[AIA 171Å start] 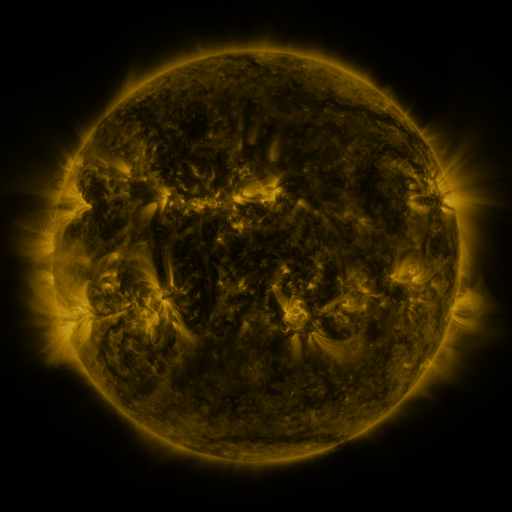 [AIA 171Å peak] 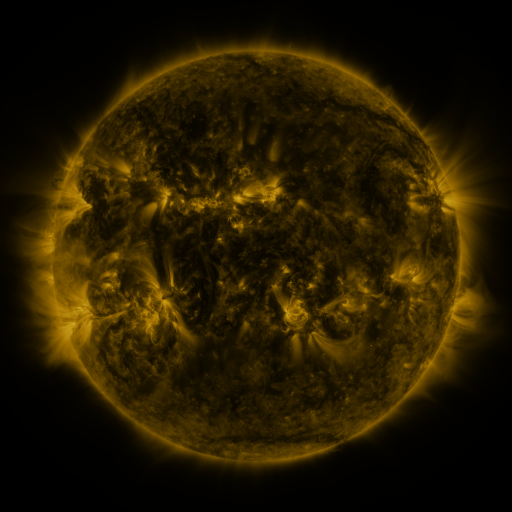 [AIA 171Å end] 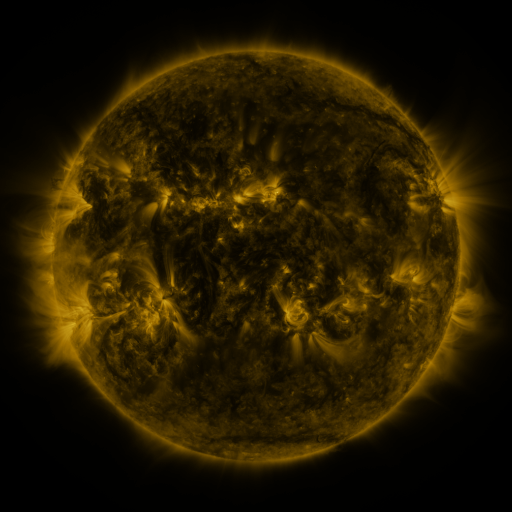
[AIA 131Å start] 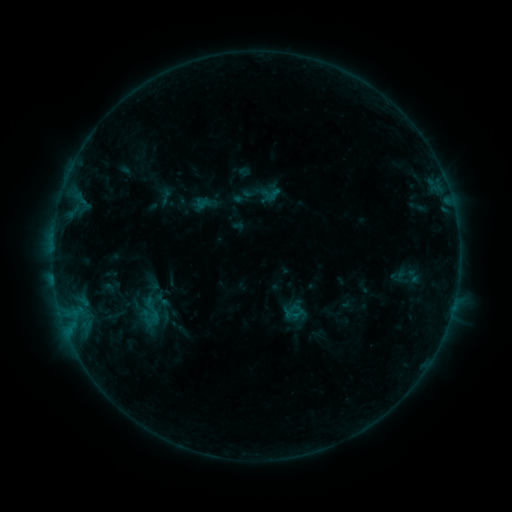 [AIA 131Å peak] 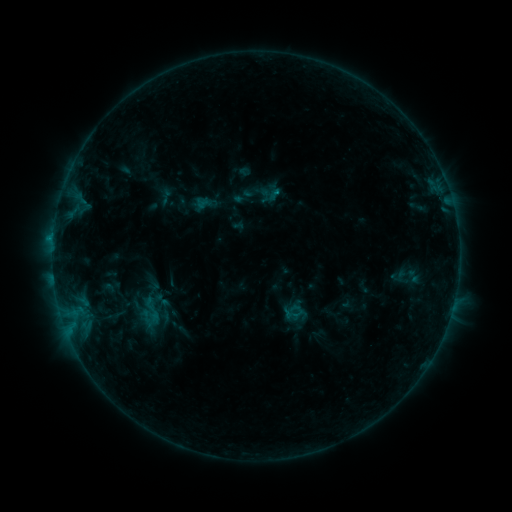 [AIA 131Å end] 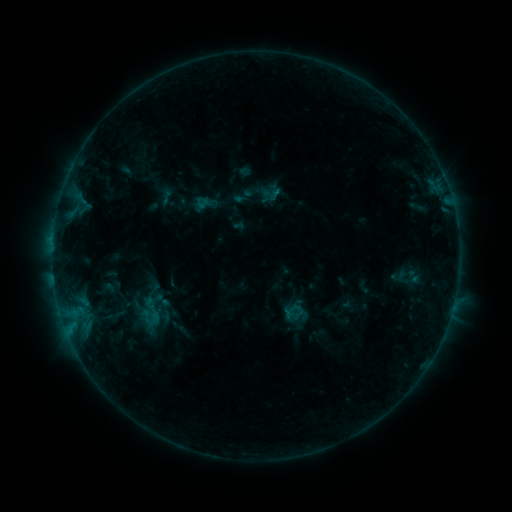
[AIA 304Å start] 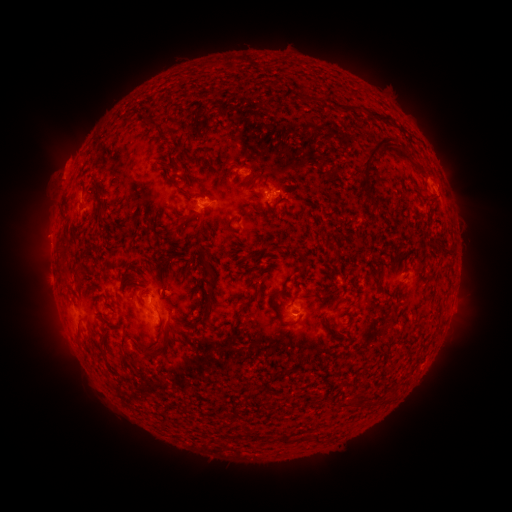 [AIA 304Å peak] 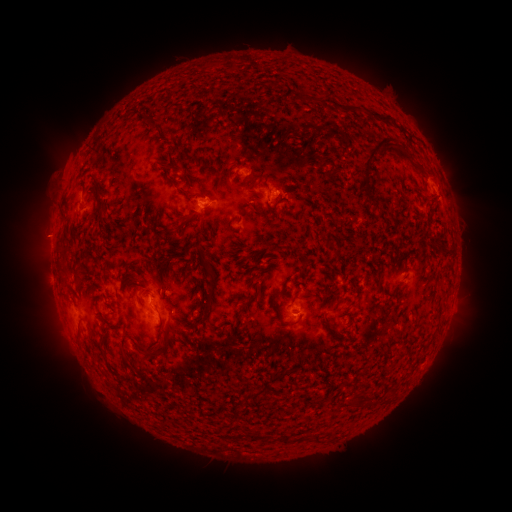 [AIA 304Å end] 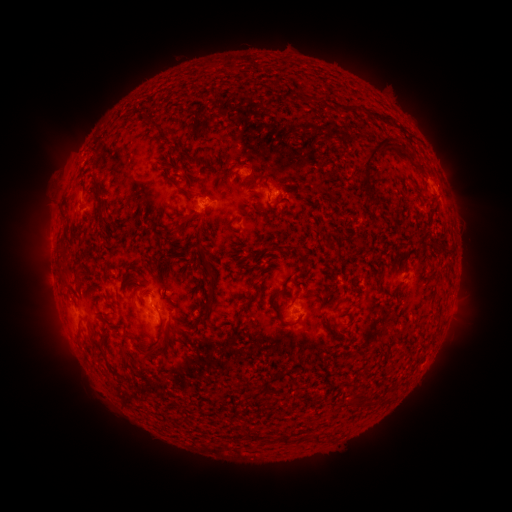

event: flare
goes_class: B5.5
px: (273, 195)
